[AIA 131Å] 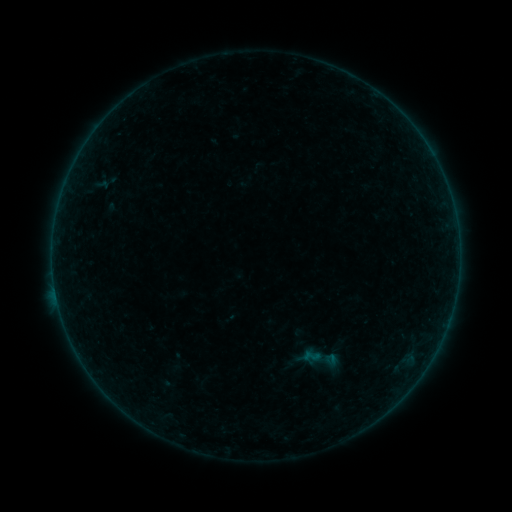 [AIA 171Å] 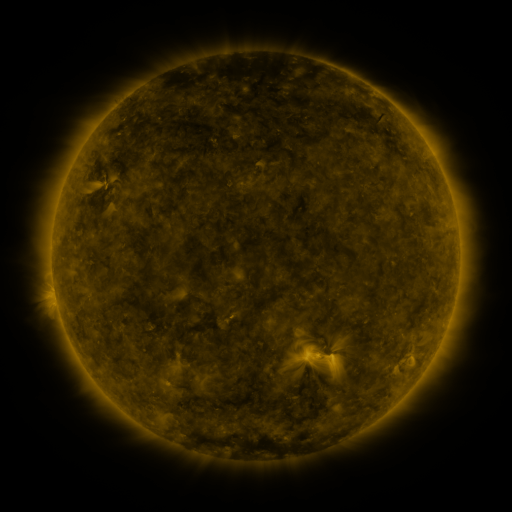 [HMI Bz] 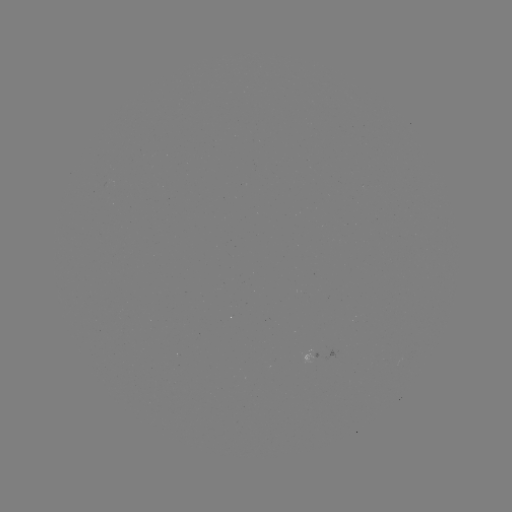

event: sigmoid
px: (318, 359)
